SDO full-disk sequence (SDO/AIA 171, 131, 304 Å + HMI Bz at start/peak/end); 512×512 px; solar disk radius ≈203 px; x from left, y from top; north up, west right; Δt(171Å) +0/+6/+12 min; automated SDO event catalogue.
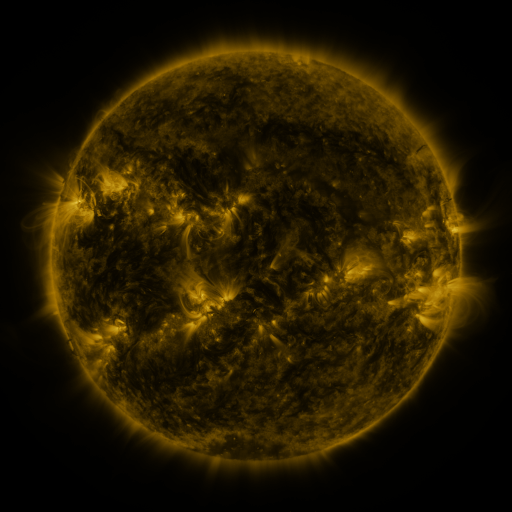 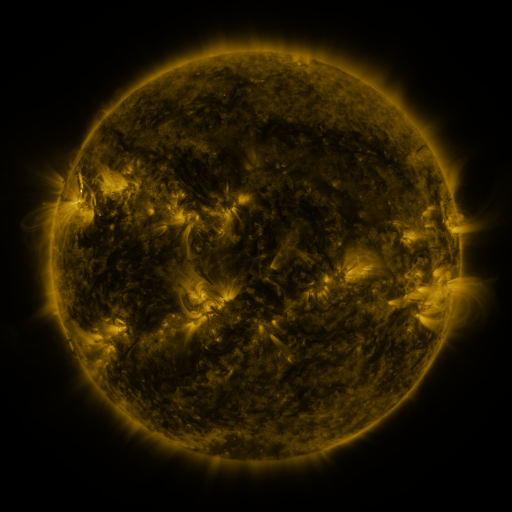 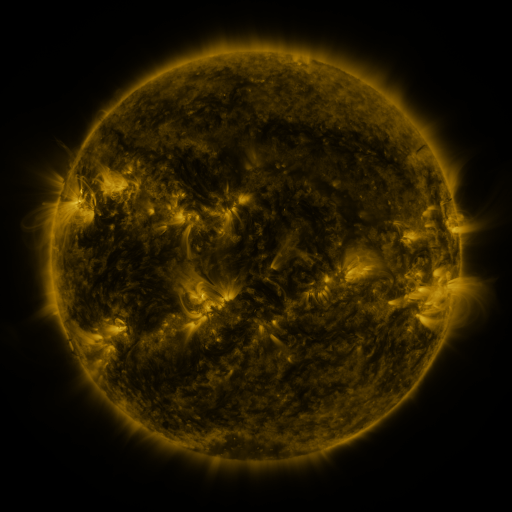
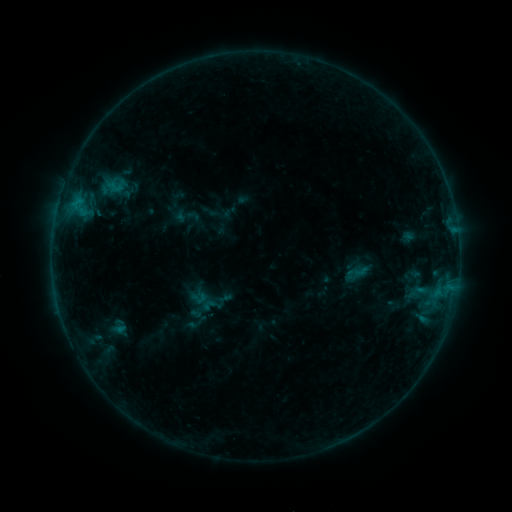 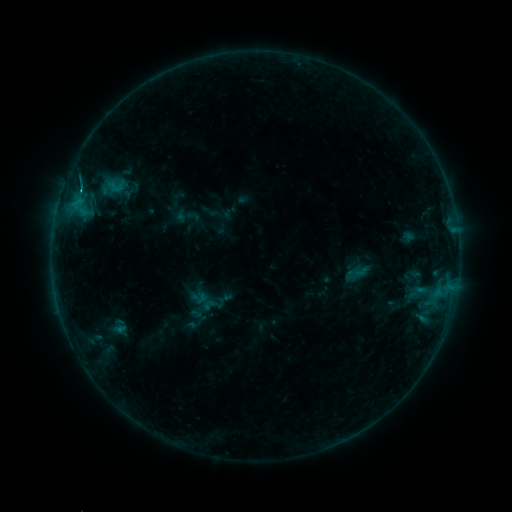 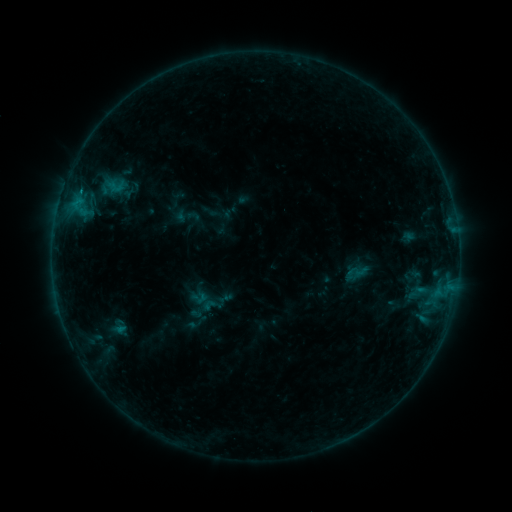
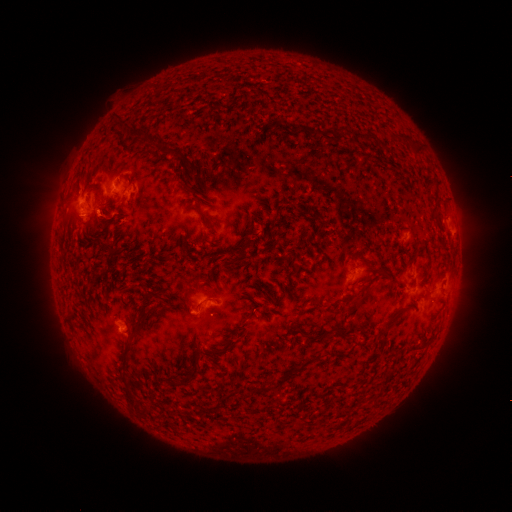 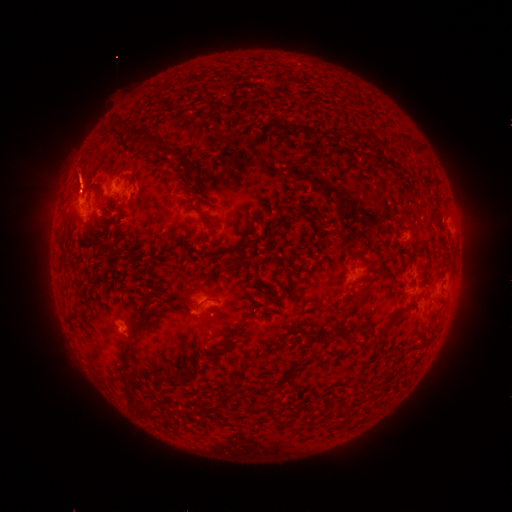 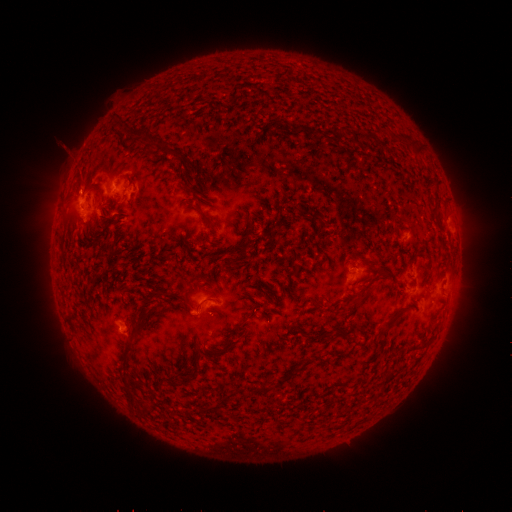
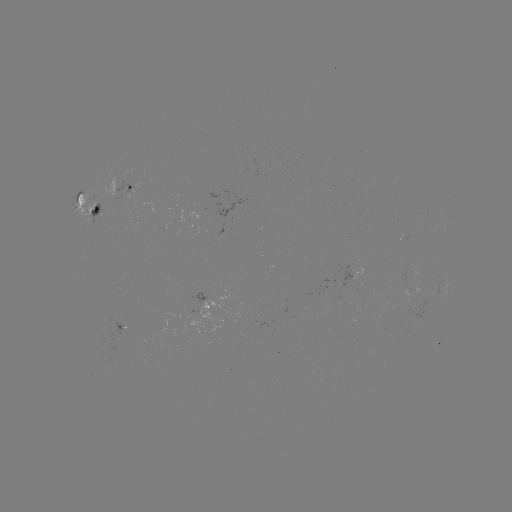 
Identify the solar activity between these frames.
B5.7 flare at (81, 191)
